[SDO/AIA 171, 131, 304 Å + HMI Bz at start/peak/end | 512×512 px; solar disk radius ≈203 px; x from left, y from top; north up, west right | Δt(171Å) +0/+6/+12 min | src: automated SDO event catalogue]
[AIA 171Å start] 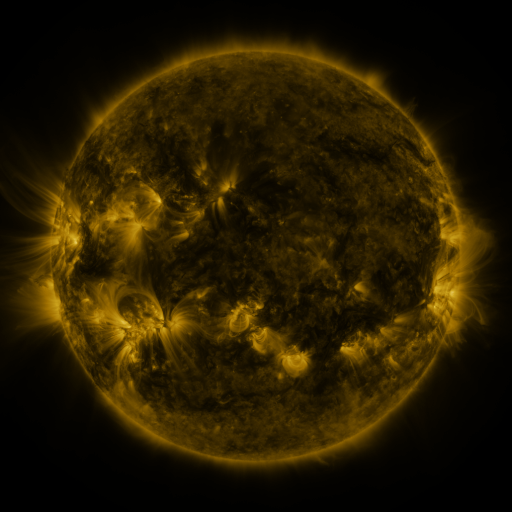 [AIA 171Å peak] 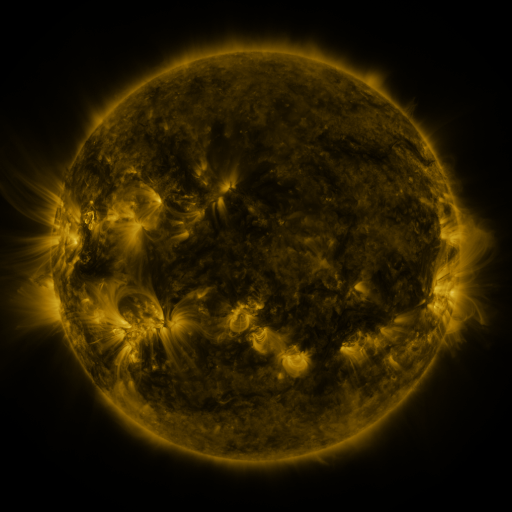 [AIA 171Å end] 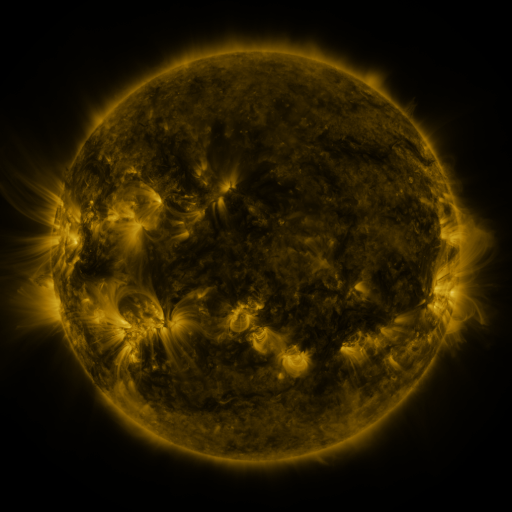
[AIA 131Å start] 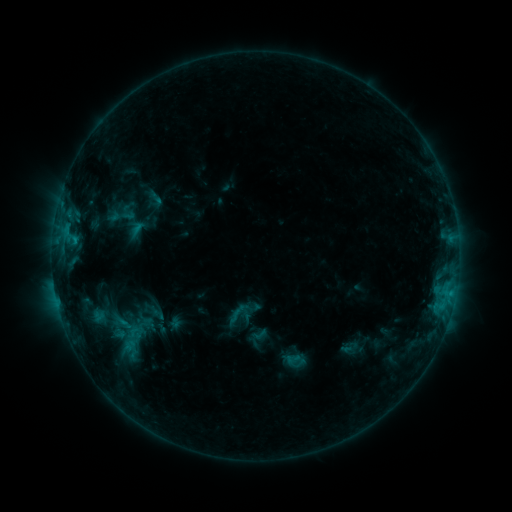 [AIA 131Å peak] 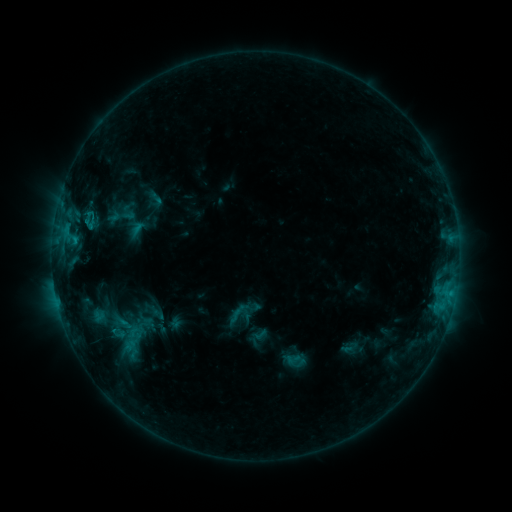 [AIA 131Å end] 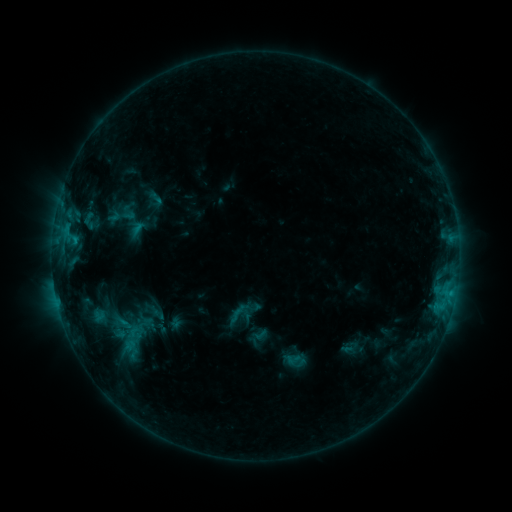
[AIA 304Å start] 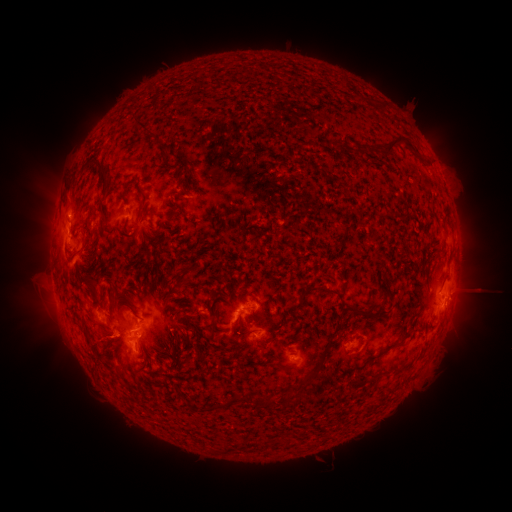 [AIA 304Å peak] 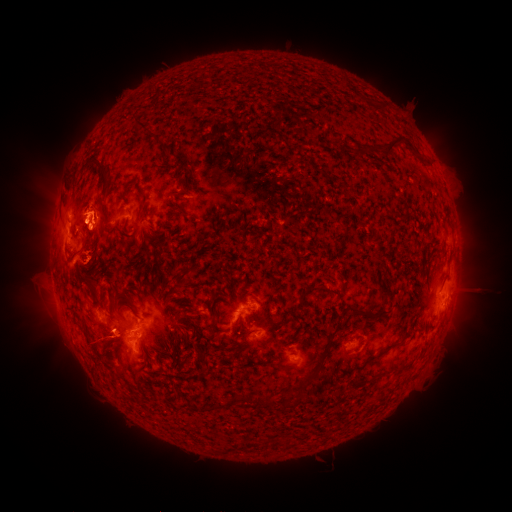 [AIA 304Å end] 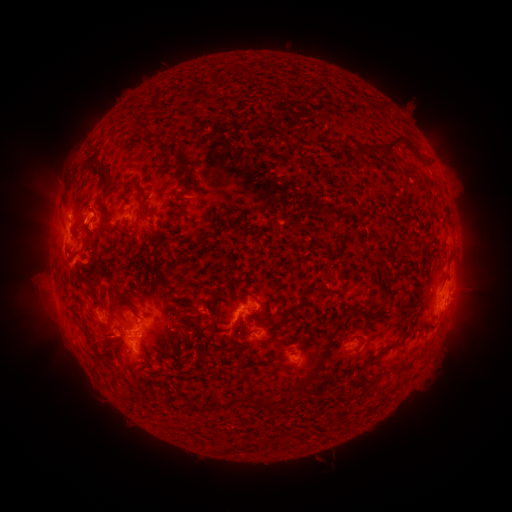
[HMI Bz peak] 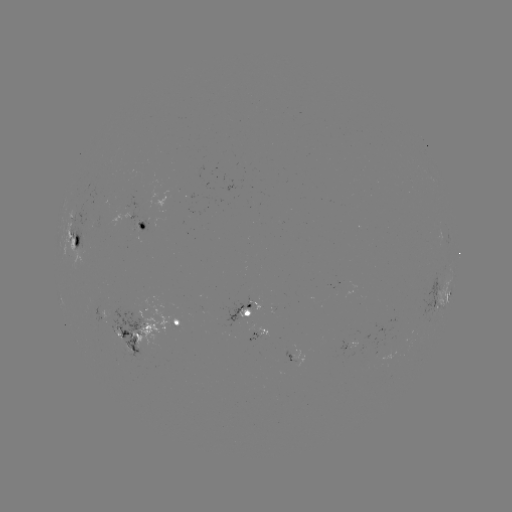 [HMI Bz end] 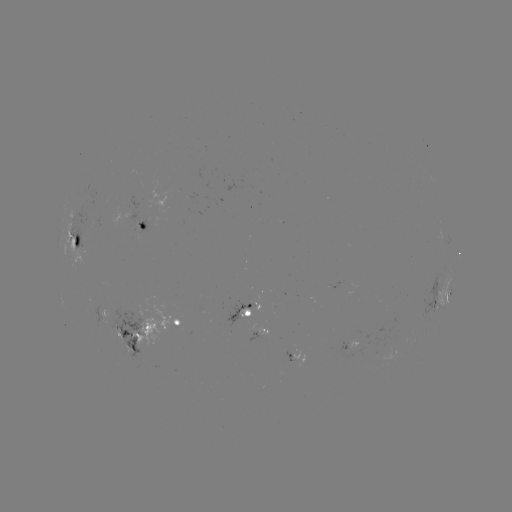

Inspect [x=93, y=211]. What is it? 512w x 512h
eruption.